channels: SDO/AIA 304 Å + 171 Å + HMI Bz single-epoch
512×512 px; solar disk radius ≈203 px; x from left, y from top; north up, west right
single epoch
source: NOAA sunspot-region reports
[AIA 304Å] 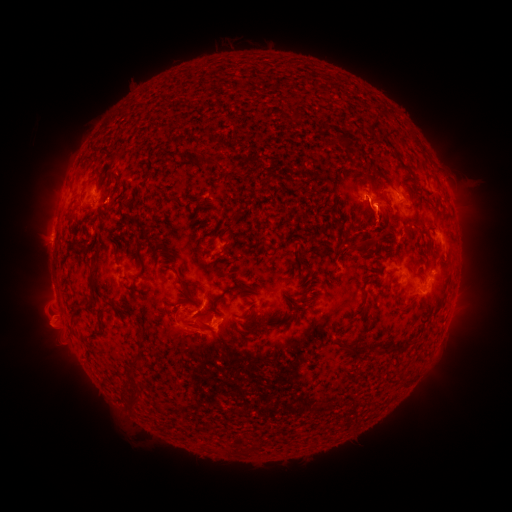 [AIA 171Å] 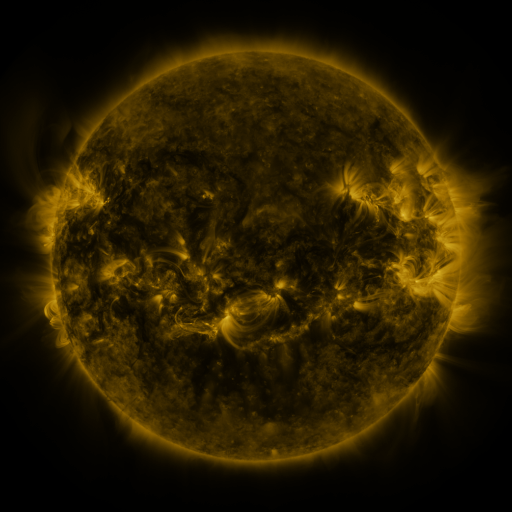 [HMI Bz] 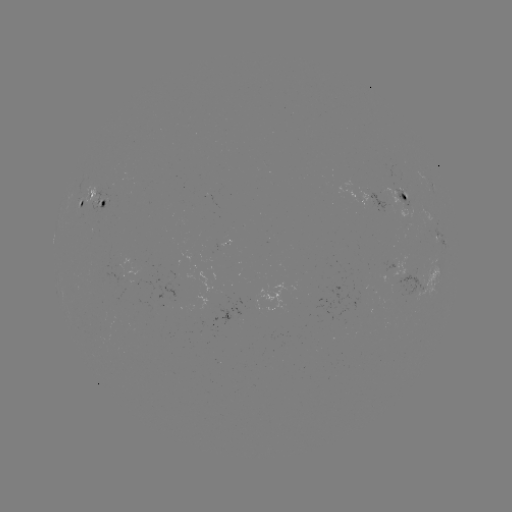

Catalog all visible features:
spotted active region: (431, 184)
spotted active region: (367, 196)
spotted active region: (403, 196)
spotted active region: (94, 201)
spotted active region: (80, 204)
spotted active region: (438, 236)
spotted active region: (426, 280)
